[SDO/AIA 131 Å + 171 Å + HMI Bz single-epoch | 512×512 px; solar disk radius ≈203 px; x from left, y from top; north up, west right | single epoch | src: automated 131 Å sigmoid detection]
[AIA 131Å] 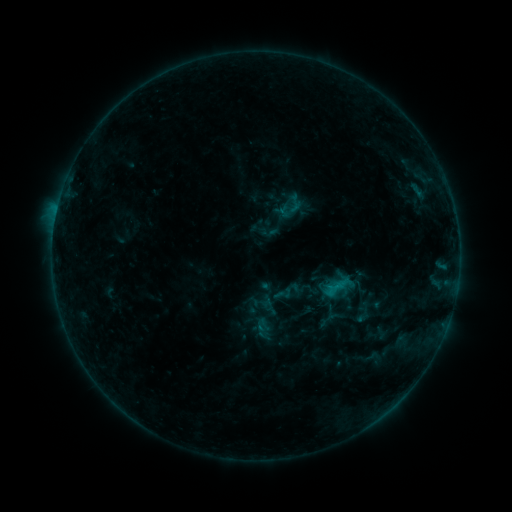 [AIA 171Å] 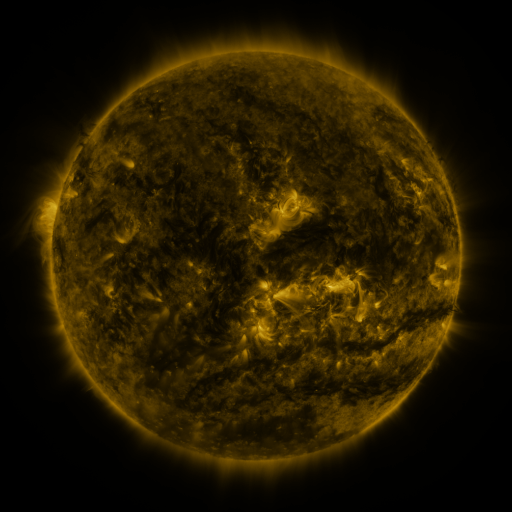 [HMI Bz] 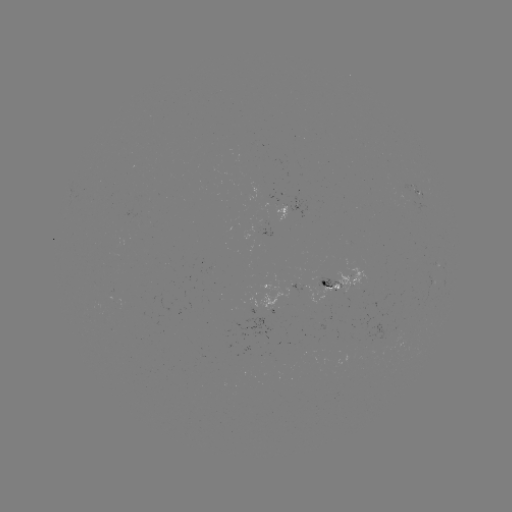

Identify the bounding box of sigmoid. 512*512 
[322, 276, 346, 303].